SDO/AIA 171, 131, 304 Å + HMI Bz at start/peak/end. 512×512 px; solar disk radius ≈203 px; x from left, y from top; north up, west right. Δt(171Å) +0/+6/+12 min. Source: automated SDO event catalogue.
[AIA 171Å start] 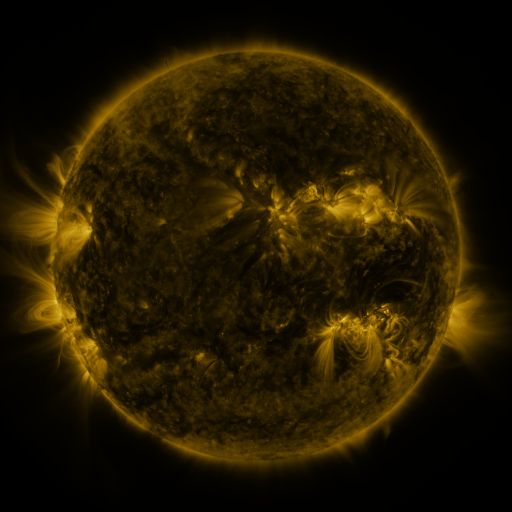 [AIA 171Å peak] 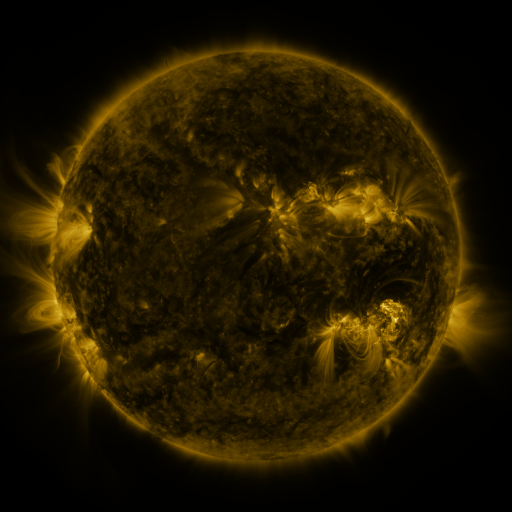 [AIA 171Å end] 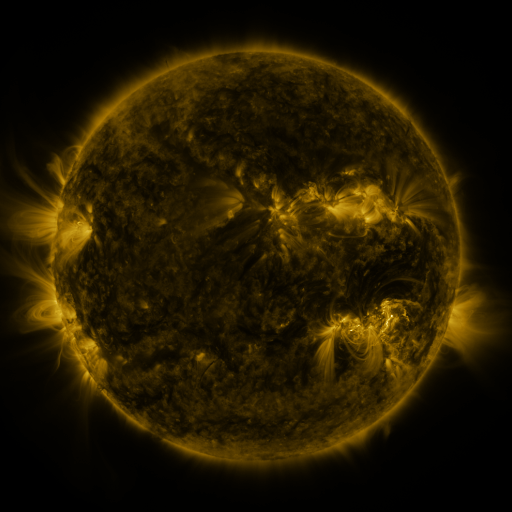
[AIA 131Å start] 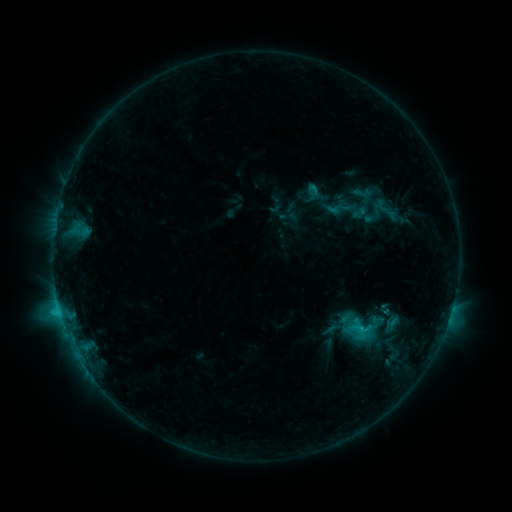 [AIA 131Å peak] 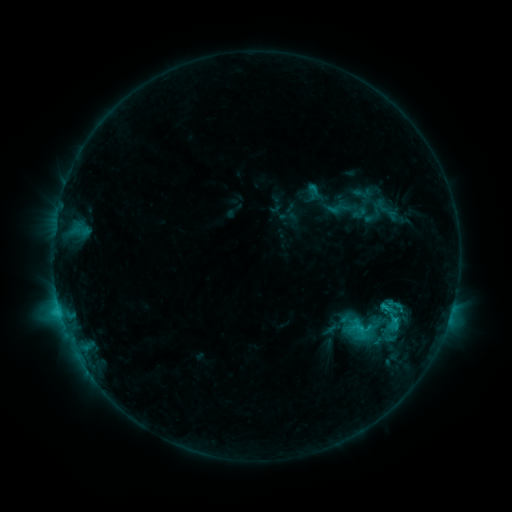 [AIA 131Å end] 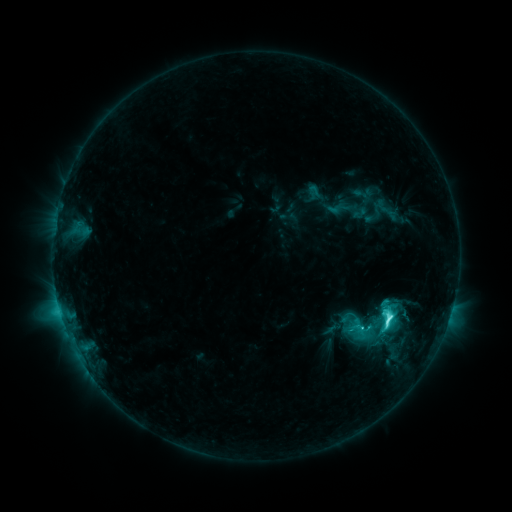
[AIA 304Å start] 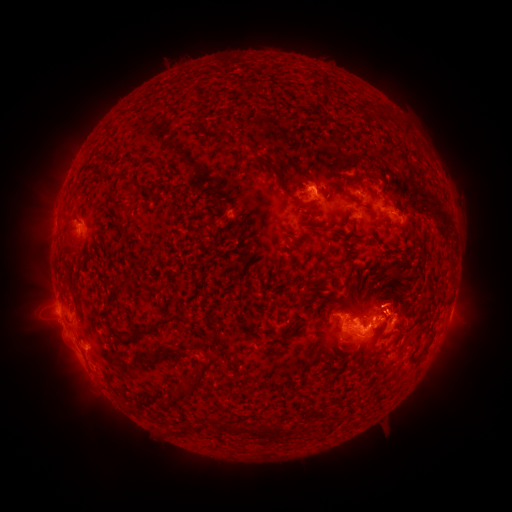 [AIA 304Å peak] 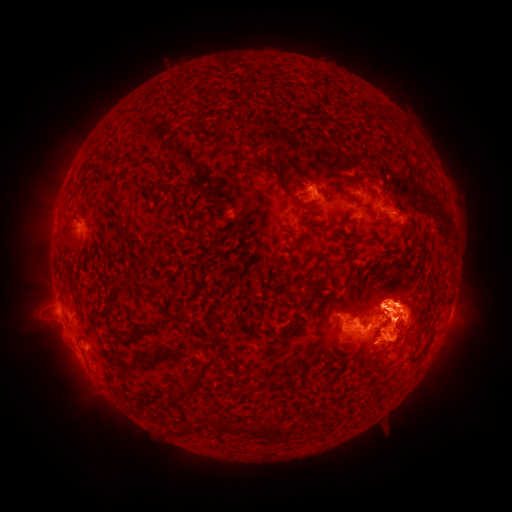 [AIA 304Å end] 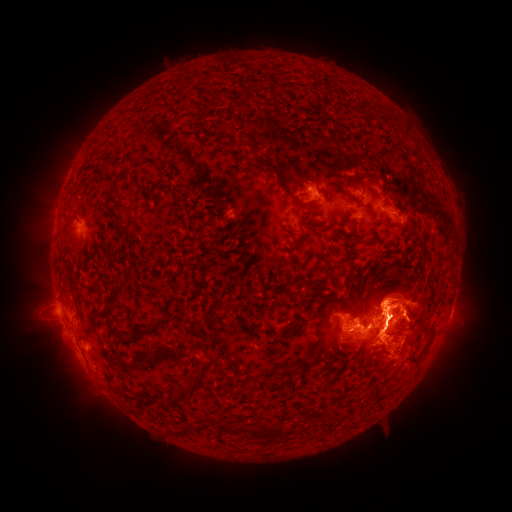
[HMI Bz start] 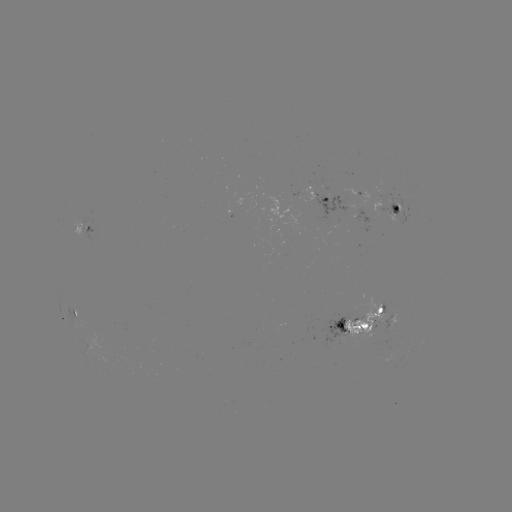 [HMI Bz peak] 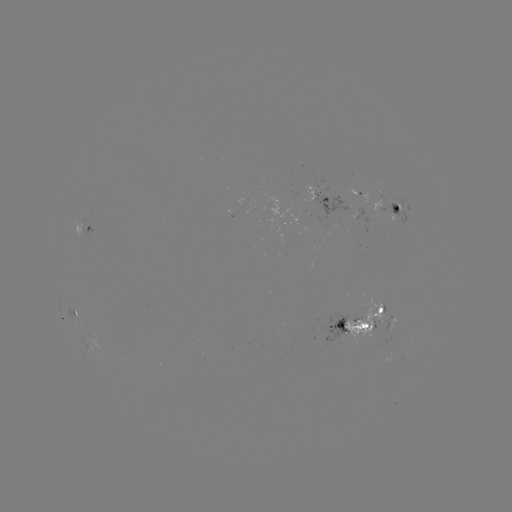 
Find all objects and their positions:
eruption: (53, 338)
